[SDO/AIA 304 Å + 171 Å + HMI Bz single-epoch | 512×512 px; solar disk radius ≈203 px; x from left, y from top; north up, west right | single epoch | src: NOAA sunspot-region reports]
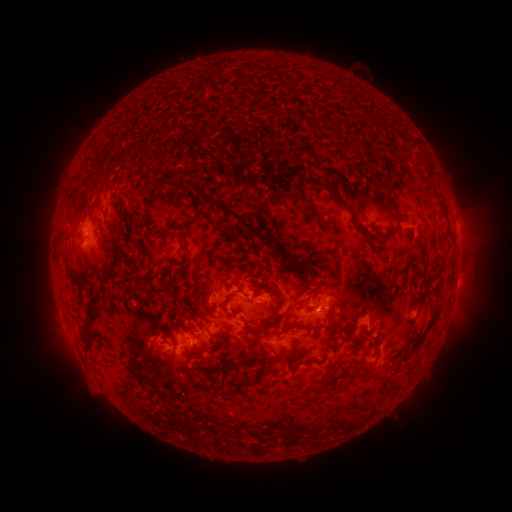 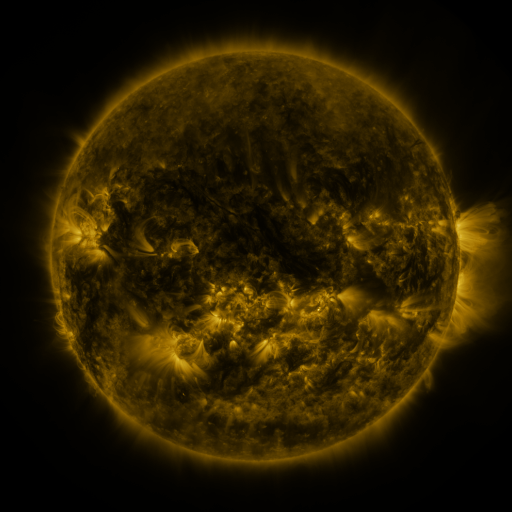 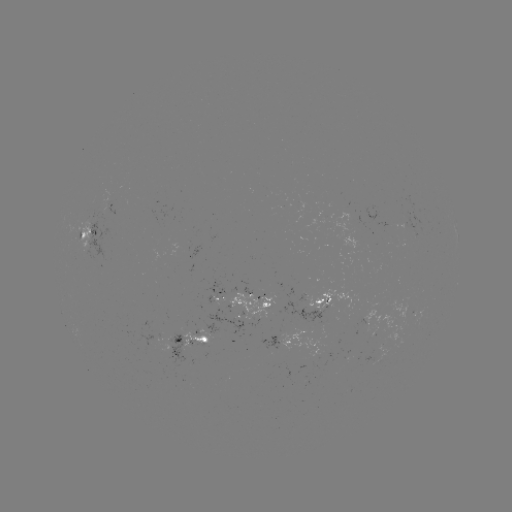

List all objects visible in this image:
spotted active region: (116, 207)
spotted active region: (91, 236)
spotted active region: (455, 285)
spotted active region: (248, 301)
spotted active region: (325, 304)
spotted active region: (196, 341)
spotted active region: (286, 341)
spotted active region: (317, 347)
